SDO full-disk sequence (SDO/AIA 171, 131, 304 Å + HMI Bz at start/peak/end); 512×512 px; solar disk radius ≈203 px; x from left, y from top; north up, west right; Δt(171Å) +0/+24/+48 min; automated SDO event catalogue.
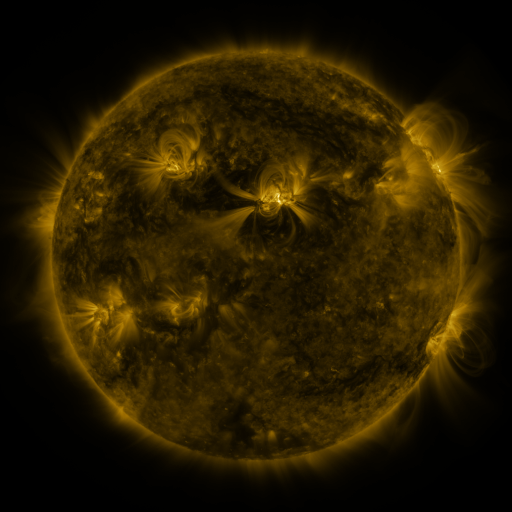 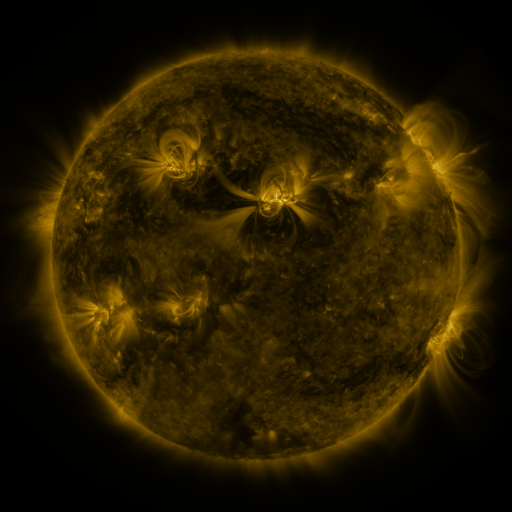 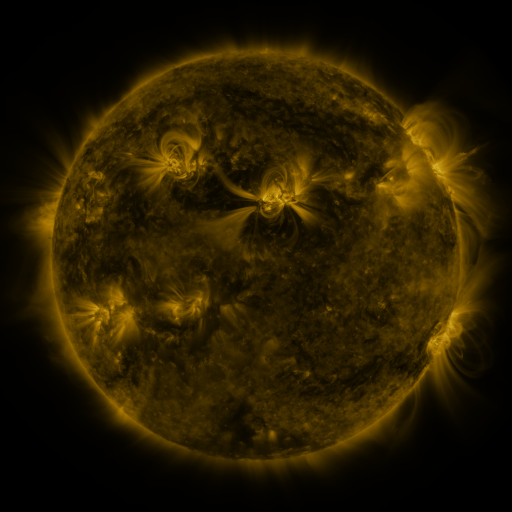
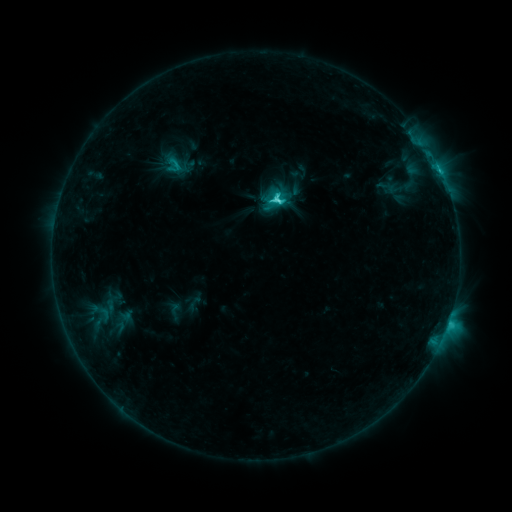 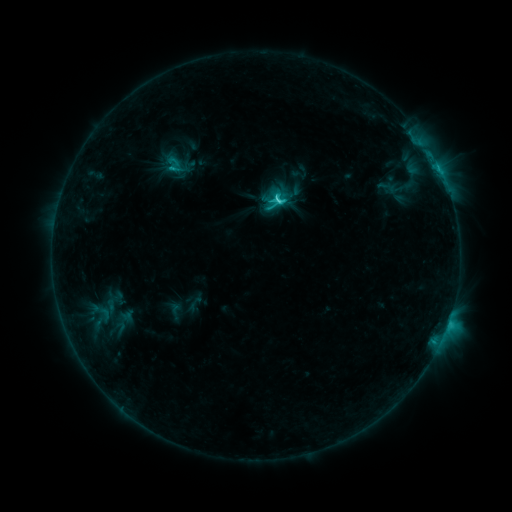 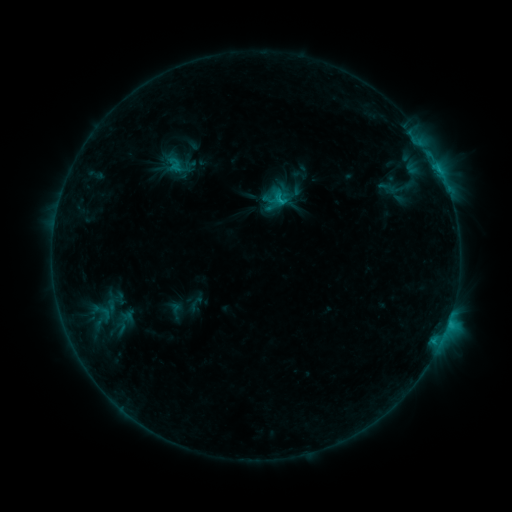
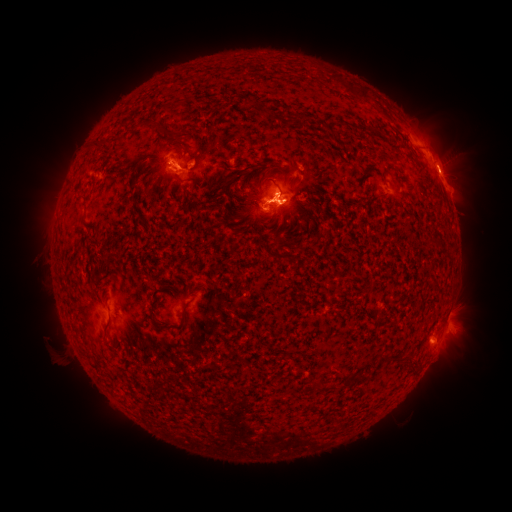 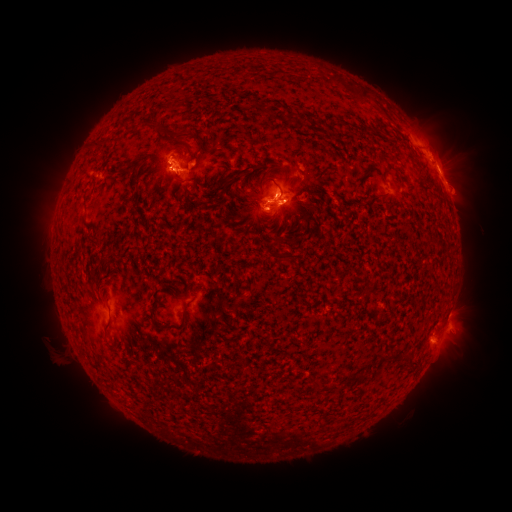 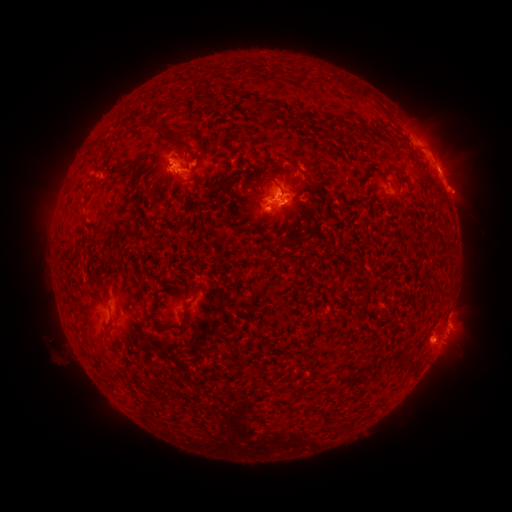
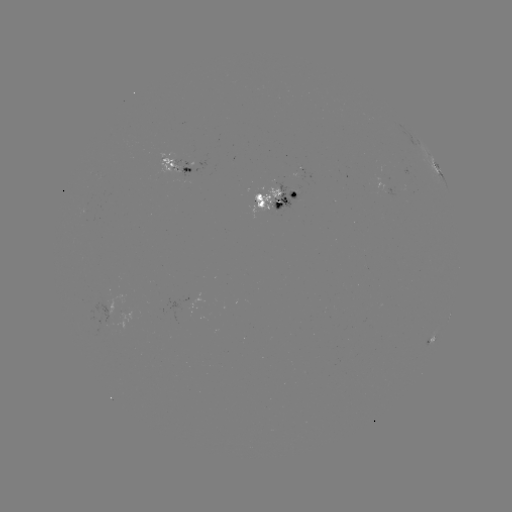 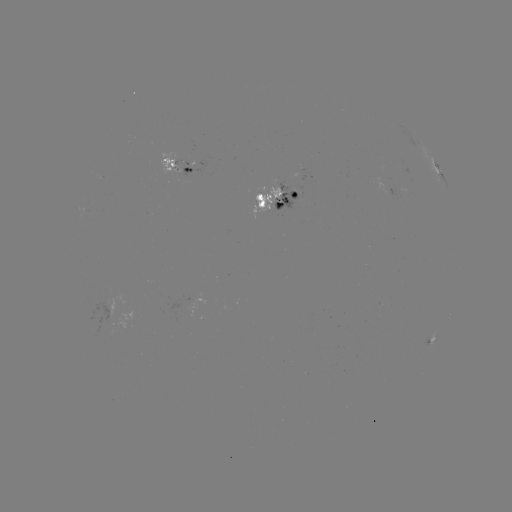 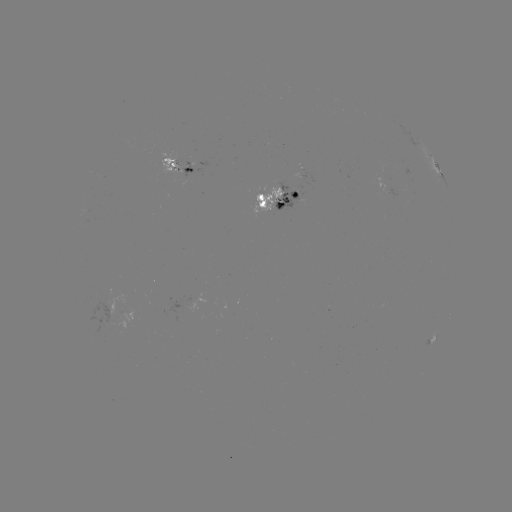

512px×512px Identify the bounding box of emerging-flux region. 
[250, 187, 281, 214].